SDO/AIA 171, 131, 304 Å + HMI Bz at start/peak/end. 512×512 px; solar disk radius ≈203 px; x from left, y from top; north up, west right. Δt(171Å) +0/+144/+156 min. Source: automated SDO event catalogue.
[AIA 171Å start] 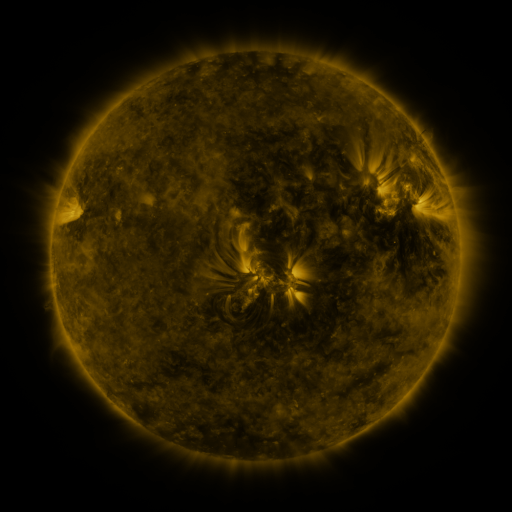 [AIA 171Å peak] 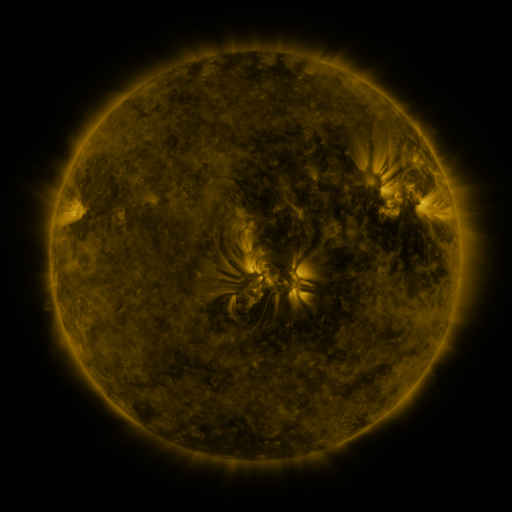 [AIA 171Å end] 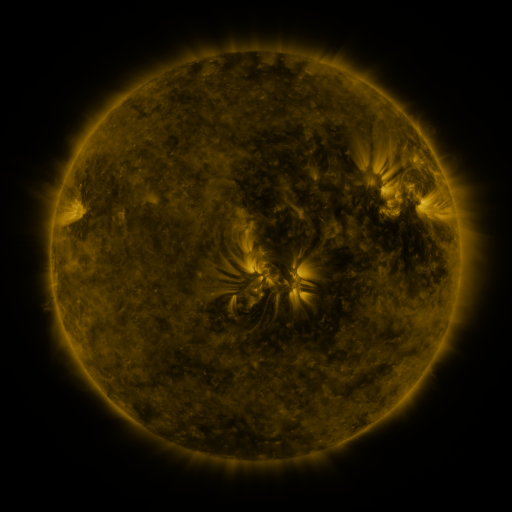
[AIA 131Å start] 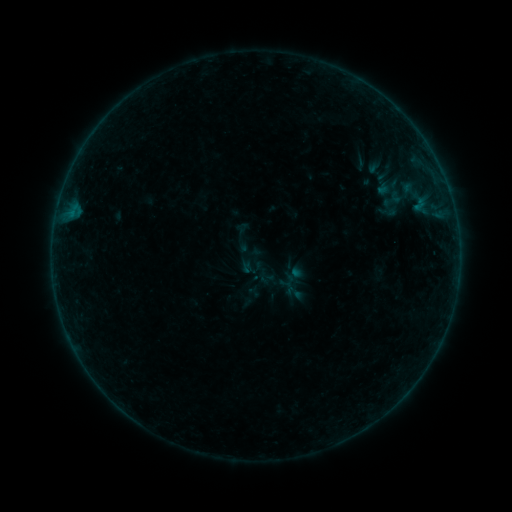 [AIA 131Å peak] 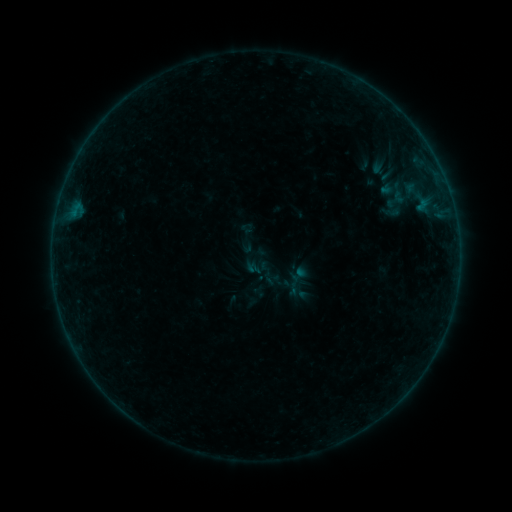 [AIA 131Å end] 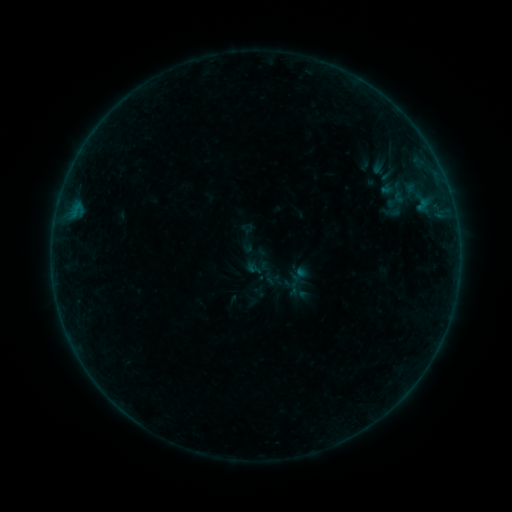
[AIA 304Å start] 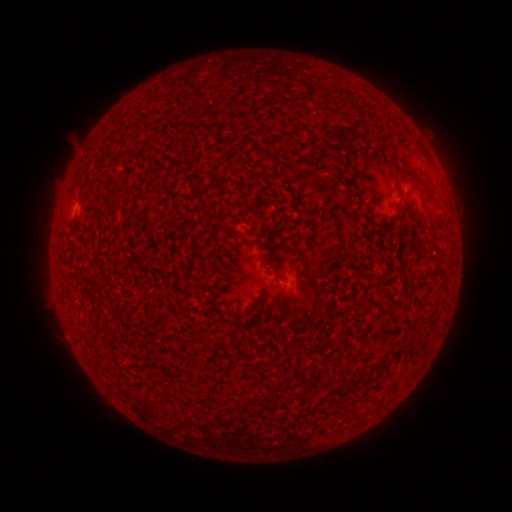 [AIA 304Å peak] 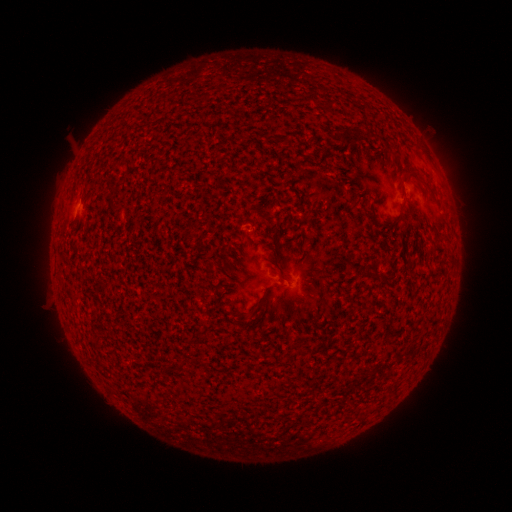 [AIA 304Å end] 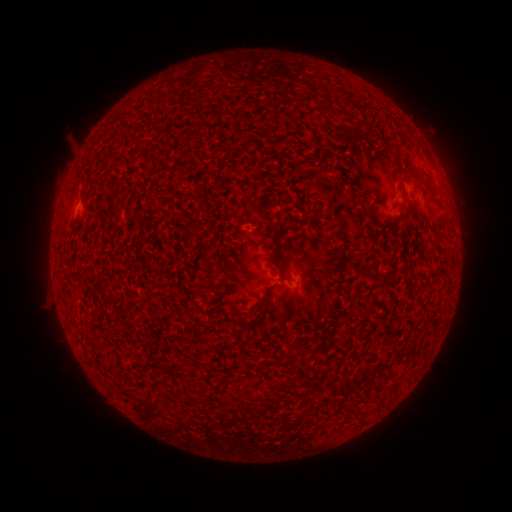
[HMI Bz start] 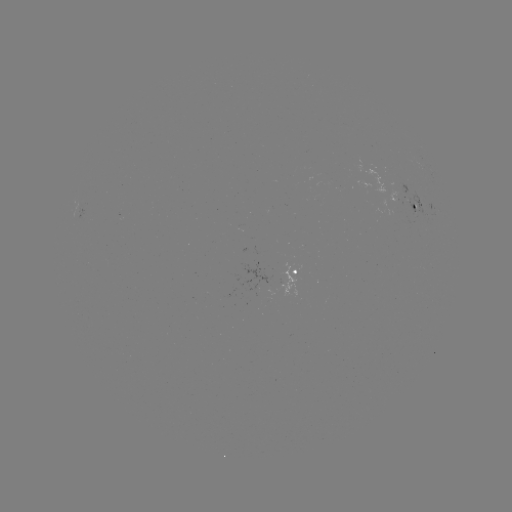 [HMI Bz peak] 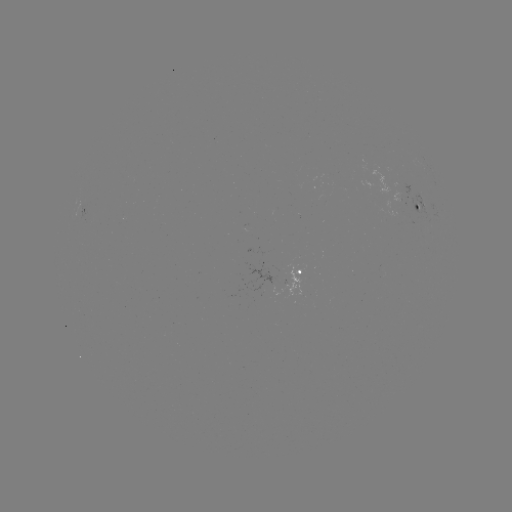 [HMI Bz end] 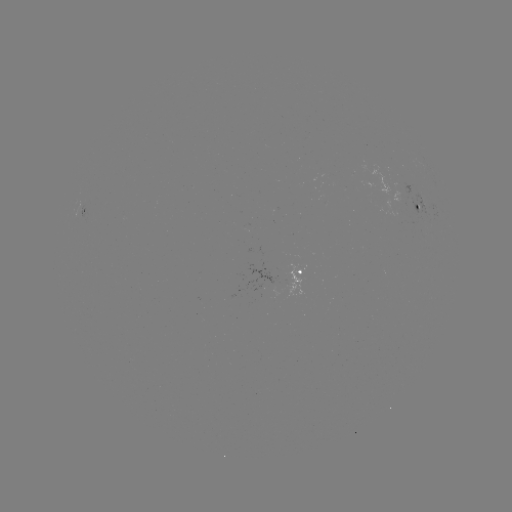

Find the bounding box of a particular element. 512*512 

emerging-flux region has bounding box [243, 263, 276, 290].